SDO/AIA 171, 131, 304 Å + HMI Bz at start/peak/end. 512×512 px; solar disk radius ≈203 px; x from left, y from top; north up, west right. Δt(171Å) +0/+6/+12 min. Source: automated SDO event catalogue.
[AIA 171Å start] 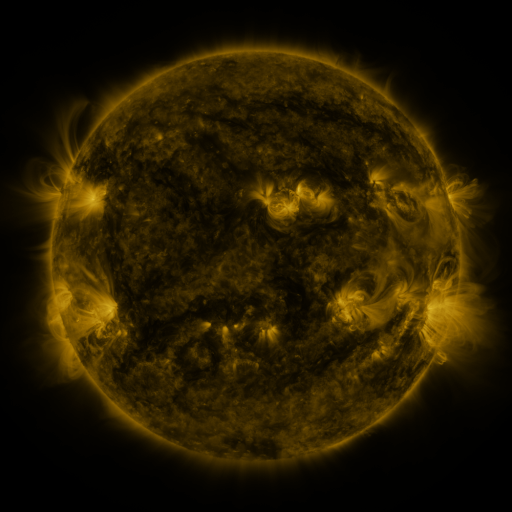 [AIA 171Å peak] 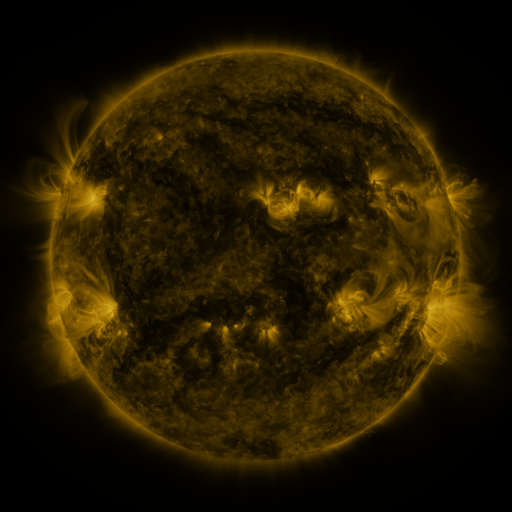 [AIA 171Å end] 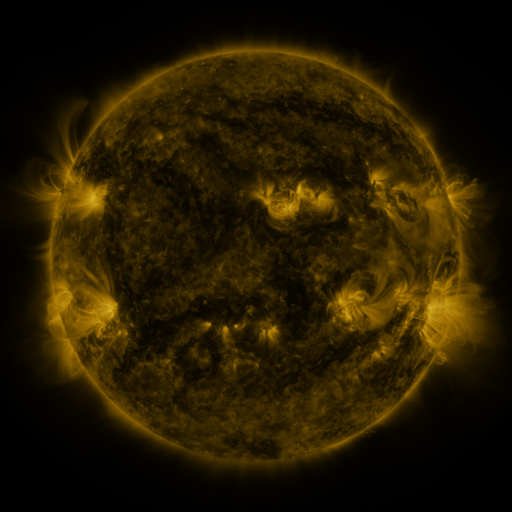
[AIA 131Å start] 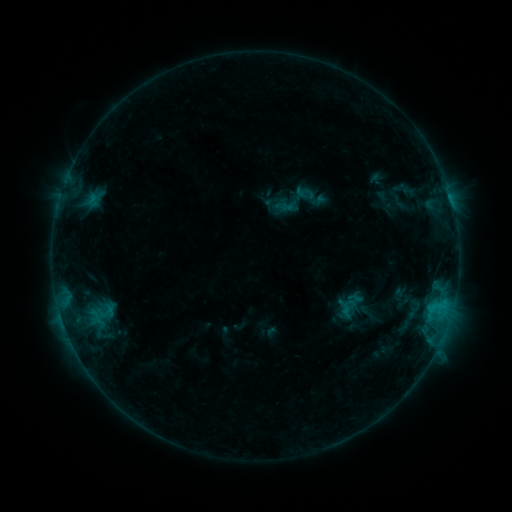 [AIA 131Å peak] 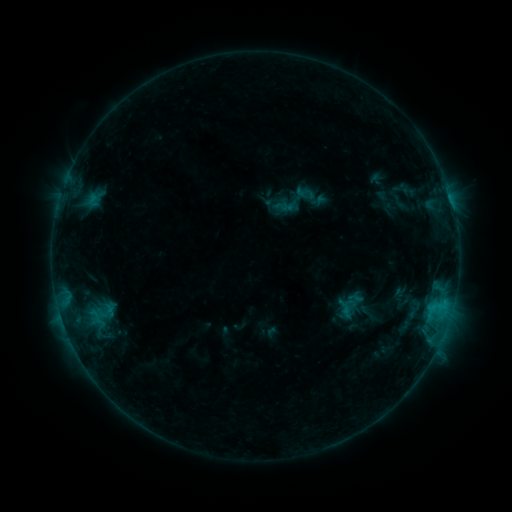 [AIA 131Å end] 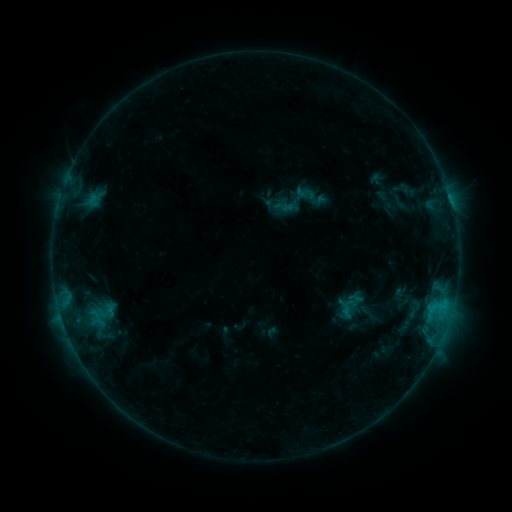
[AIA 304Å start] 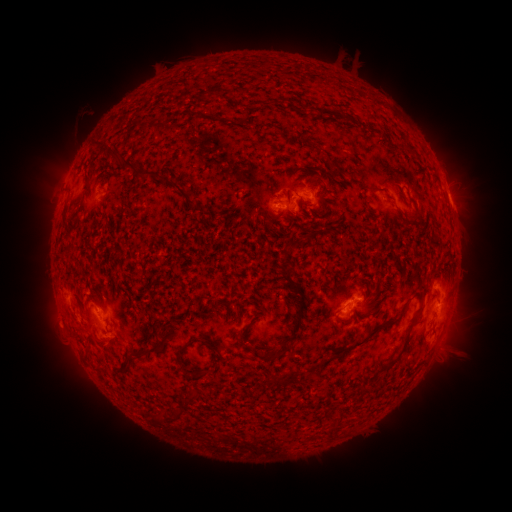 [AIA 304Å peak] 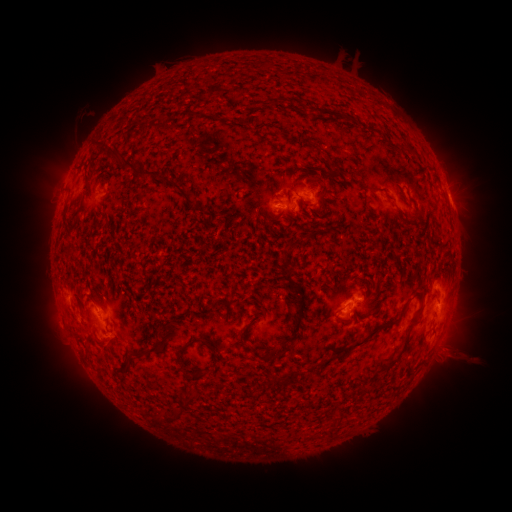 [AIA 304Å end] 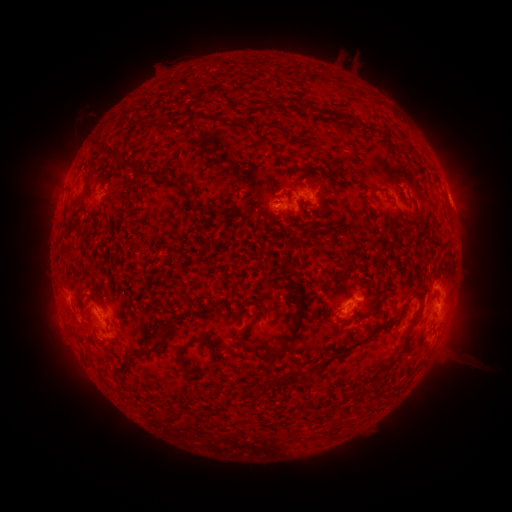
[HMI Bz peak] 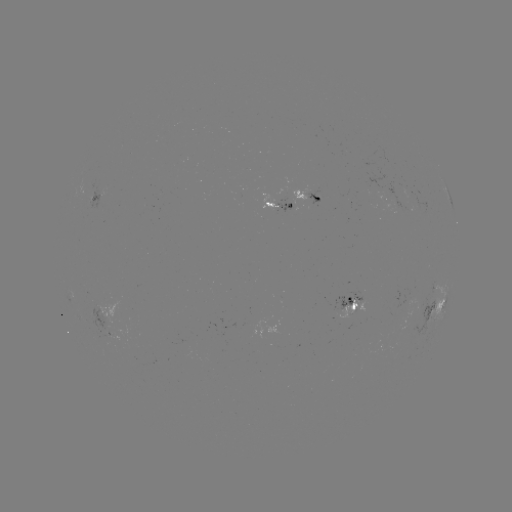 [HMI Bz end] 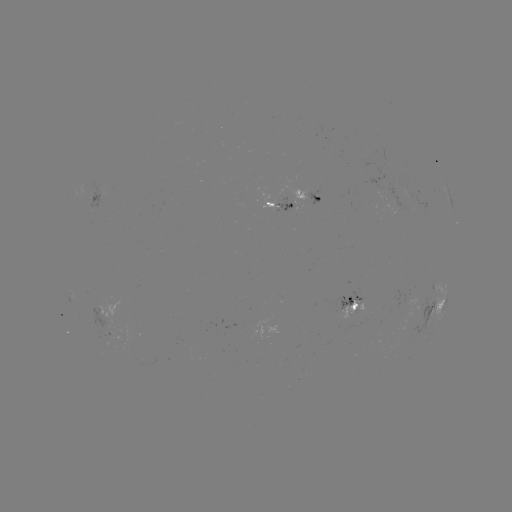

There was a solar eruption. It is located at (456, 356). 